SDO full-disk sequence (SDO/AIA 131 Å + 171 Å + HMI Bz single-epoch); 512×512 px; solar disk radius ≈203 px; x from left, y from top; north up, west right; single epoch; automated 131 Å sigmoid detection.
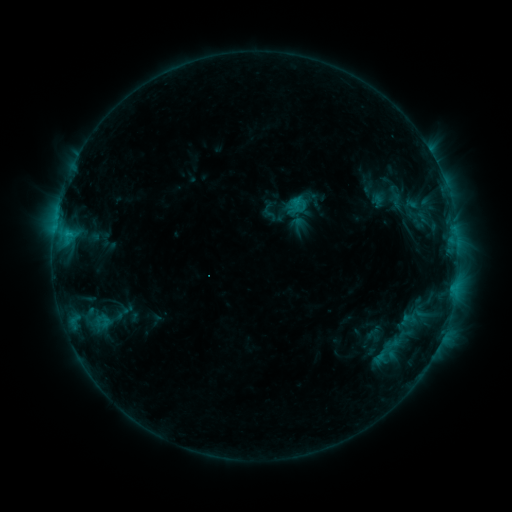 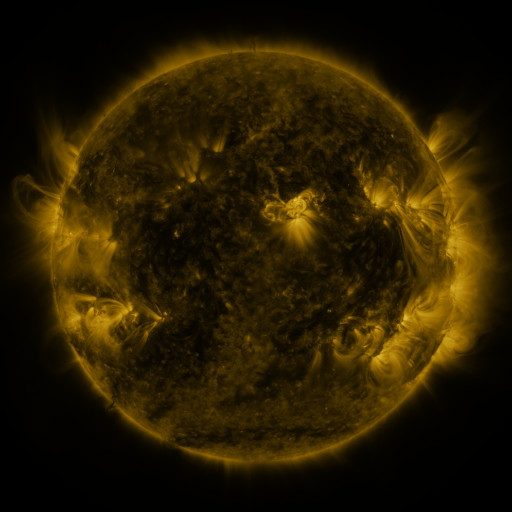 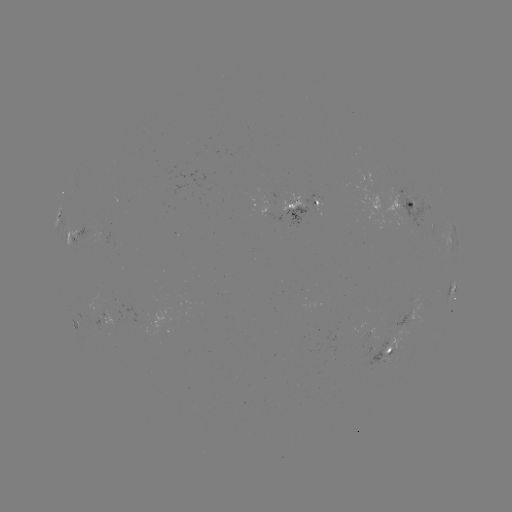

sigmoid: [384, 192, 409, 212]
